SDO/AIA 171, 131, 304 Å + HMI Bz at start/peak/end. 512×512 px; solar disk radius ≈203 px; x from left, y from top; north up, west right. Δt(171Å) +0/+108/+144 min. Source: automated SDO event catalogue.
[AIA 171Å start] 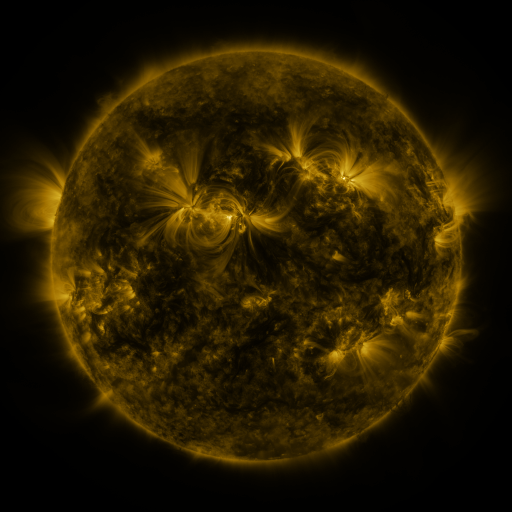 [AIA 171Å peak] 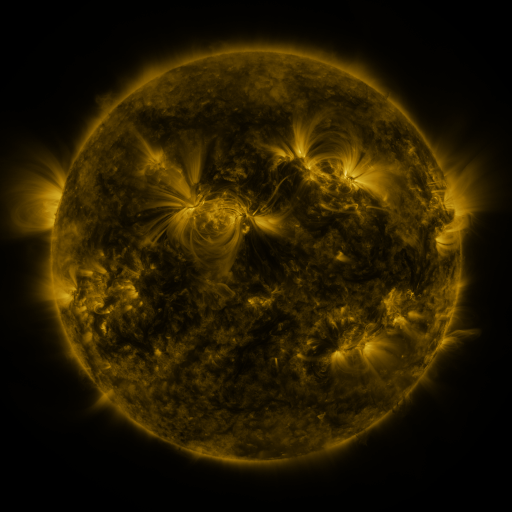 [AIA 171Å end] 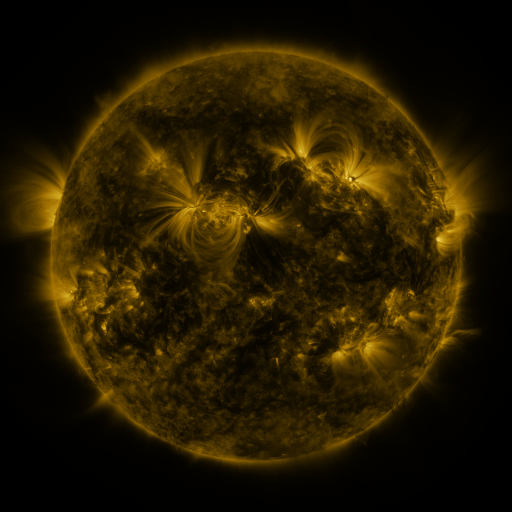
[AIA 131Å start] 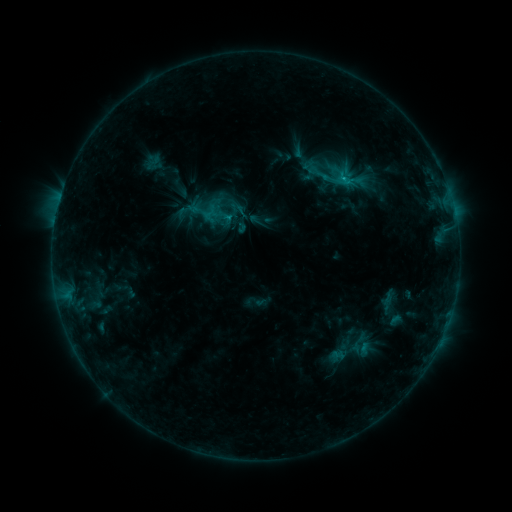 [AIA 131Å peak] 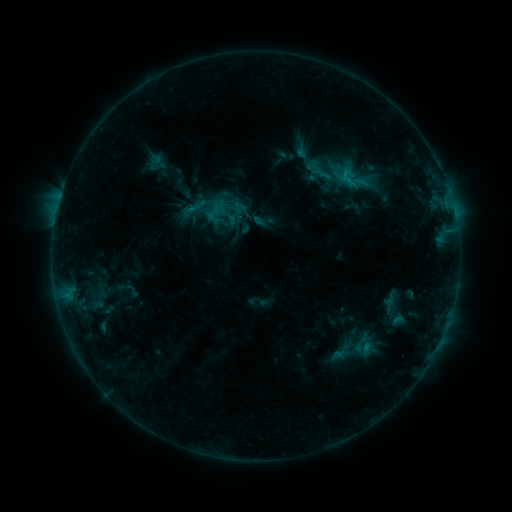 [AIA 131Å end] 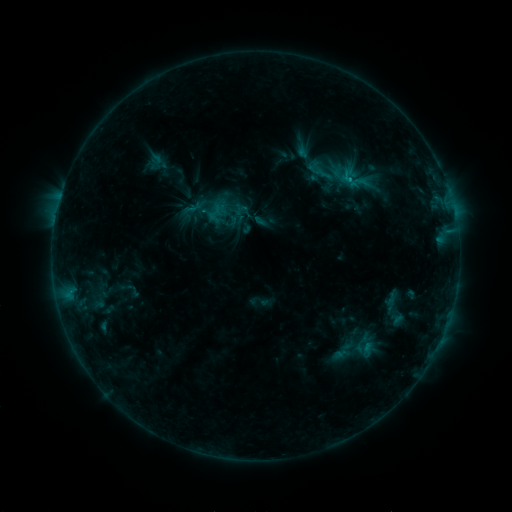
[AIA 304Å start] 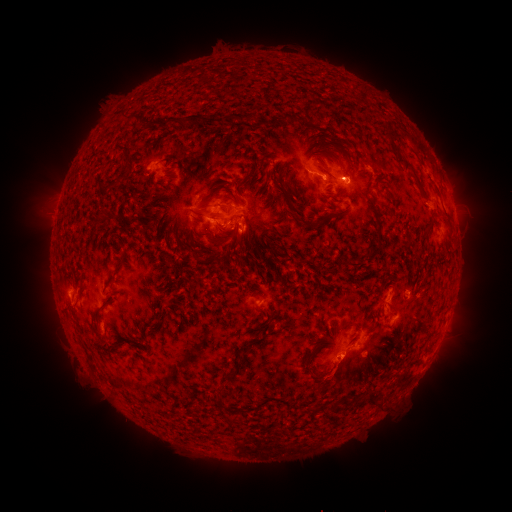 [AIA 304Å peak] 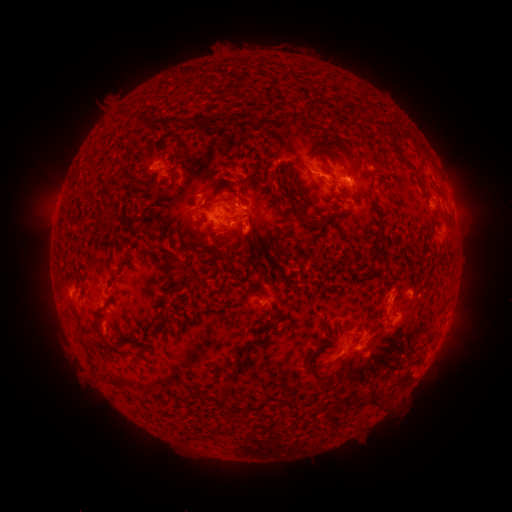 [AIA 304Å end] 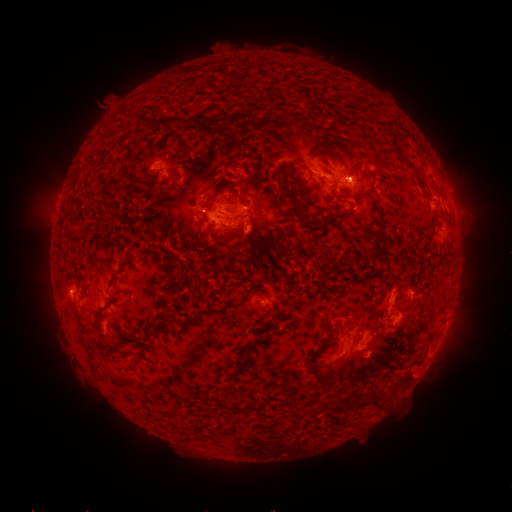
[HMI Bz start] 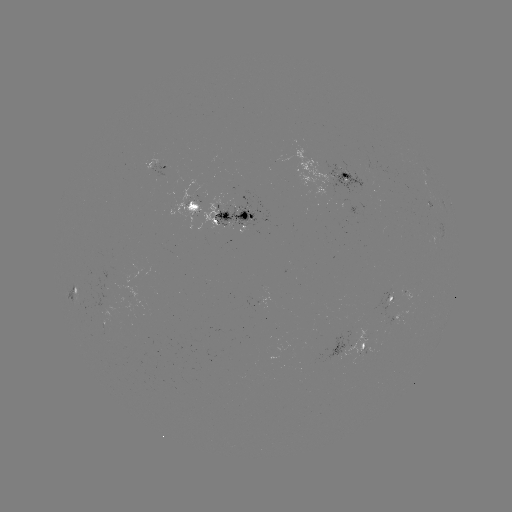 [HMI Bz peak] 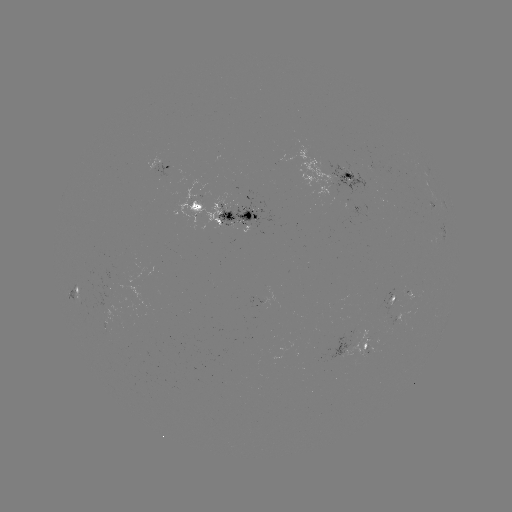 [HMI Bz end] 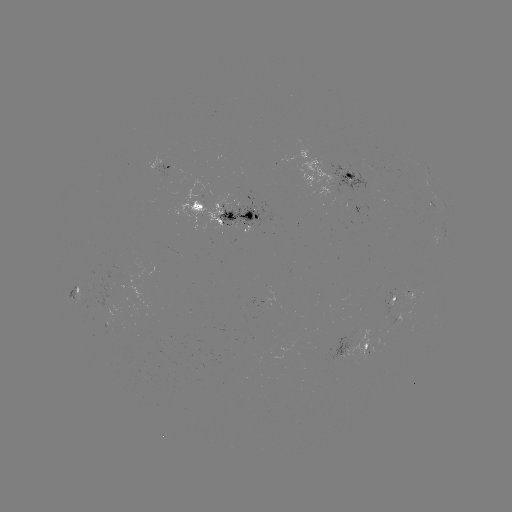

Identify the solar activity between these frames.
emerging-flux region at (408, 294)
